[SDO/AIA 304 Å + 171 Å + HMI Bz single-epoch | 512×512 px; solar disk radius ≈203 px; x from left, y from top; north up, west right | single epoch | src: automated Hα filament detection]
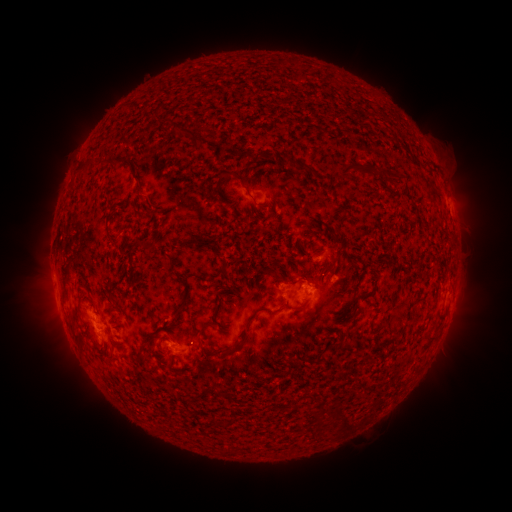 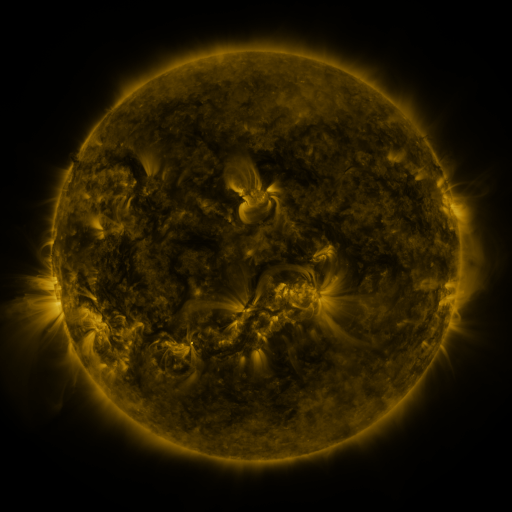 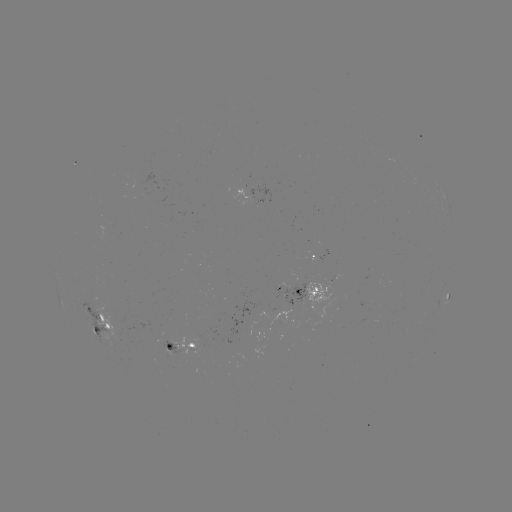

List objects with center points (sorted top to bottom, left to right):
filament: (191, 133)
filament: (105, 161)
filament: (294, 162)
filament: (349, 169)
filament: (145, 244)
filament: (336, 261)
filament: (290, 283)
filament: (298, 309)
filament: (257, 311)
filament: (313, 313)
filament: (232, 350)
filament: (111, 357)
